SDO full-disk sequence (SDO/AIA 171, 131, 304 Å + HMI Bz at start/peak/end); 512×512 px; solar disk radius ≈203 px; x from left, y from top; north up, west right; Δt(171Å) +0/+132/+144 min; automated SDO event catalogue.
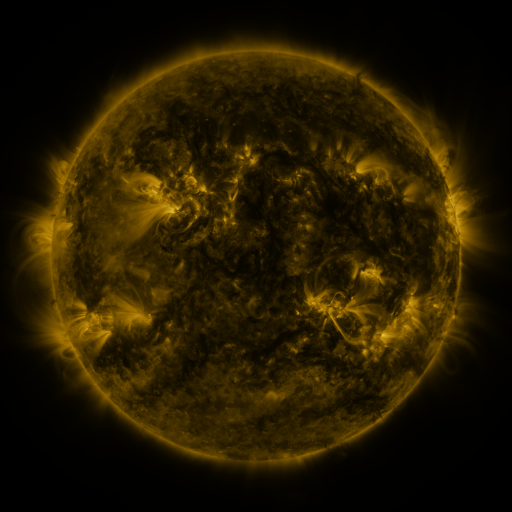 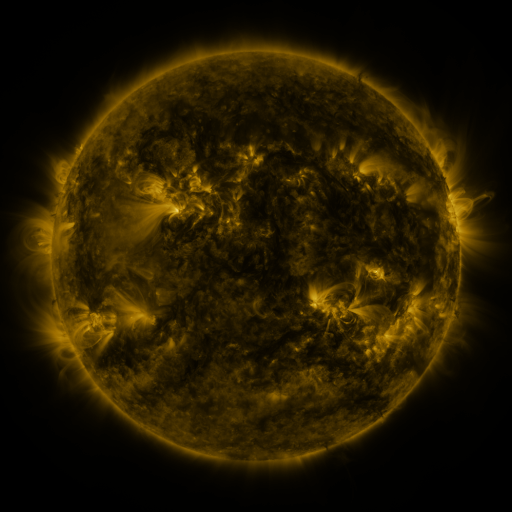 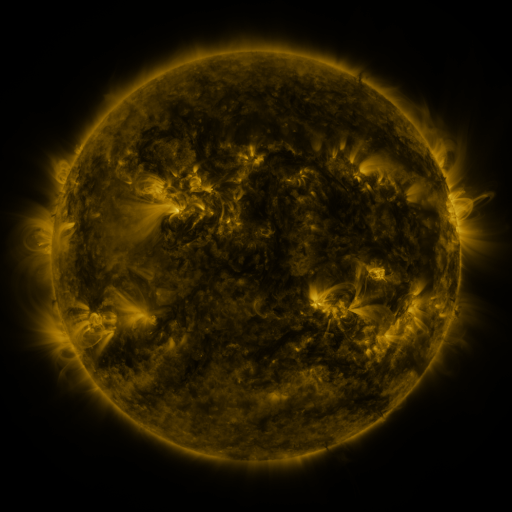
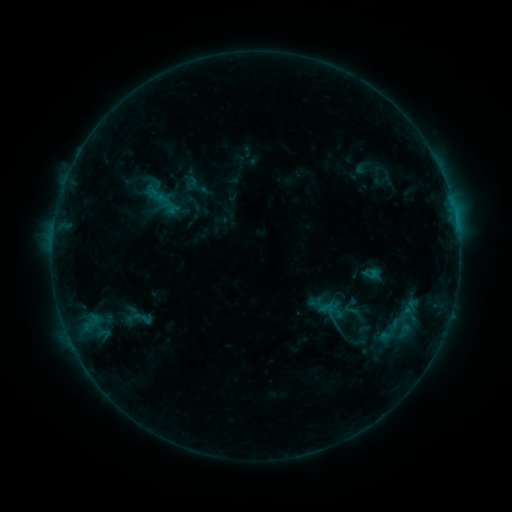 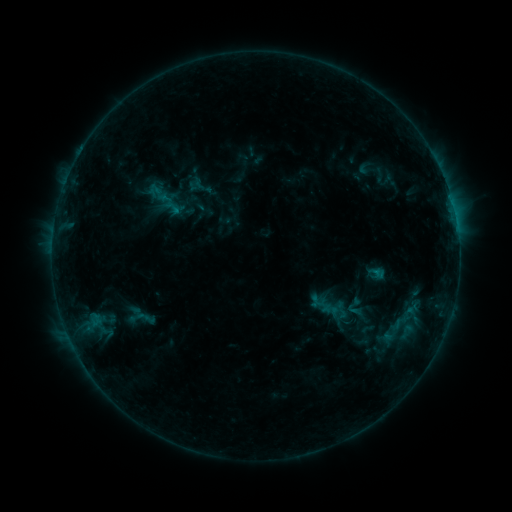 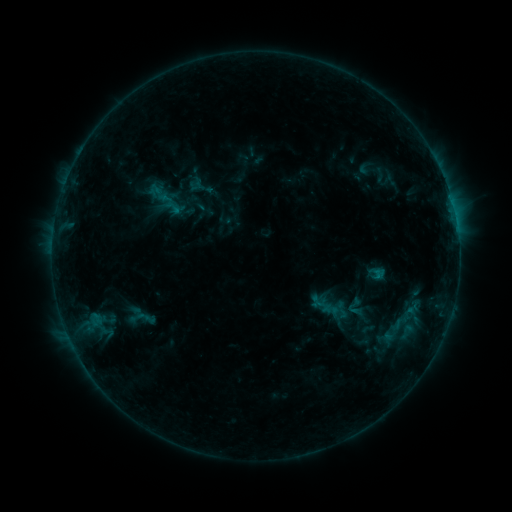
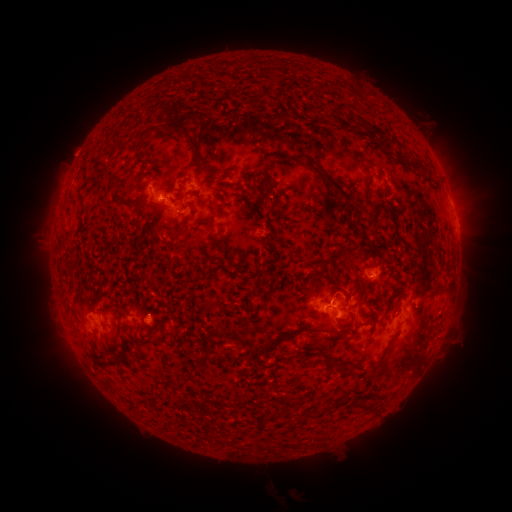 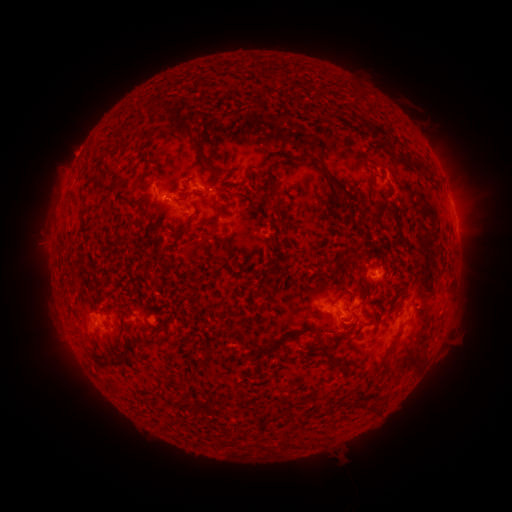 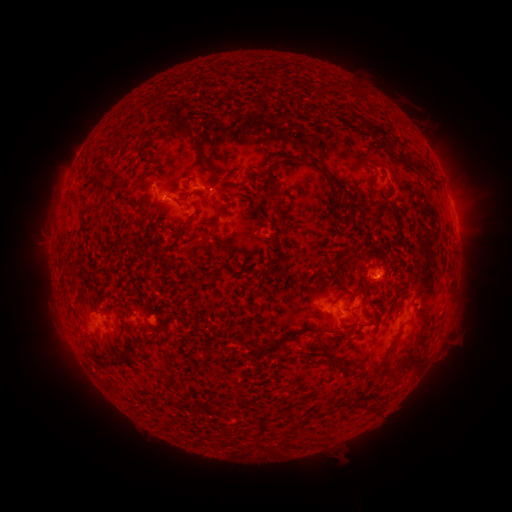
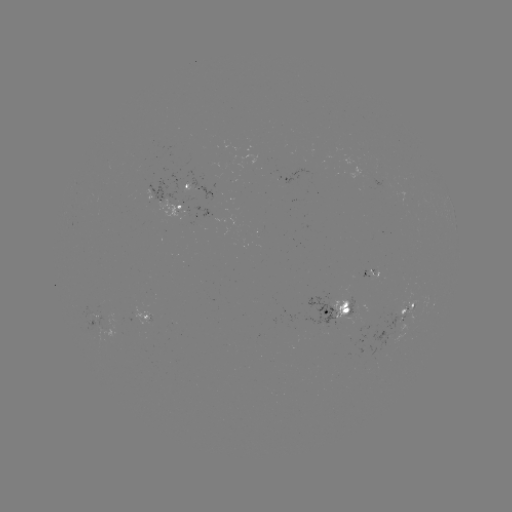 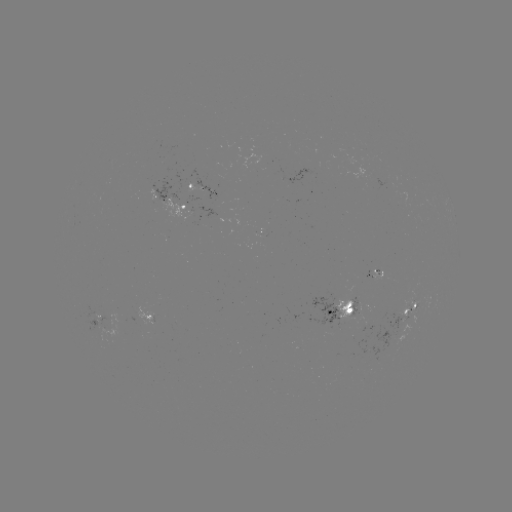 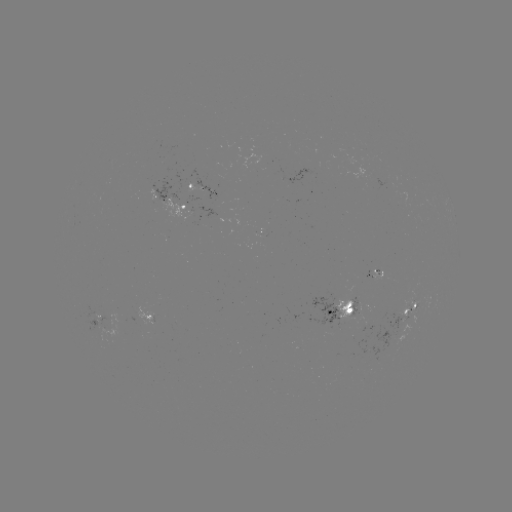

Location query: emerging-flux region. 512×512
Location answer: (99, 318).